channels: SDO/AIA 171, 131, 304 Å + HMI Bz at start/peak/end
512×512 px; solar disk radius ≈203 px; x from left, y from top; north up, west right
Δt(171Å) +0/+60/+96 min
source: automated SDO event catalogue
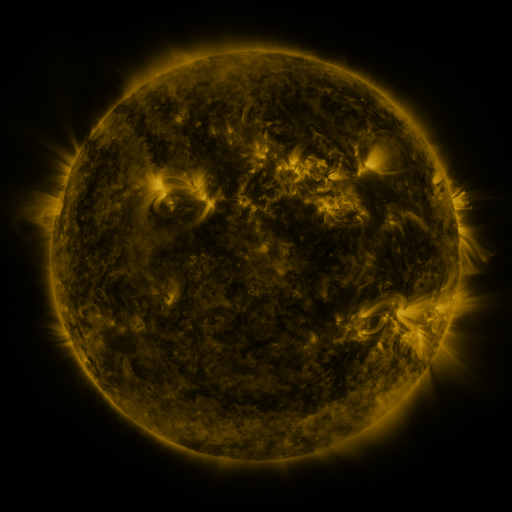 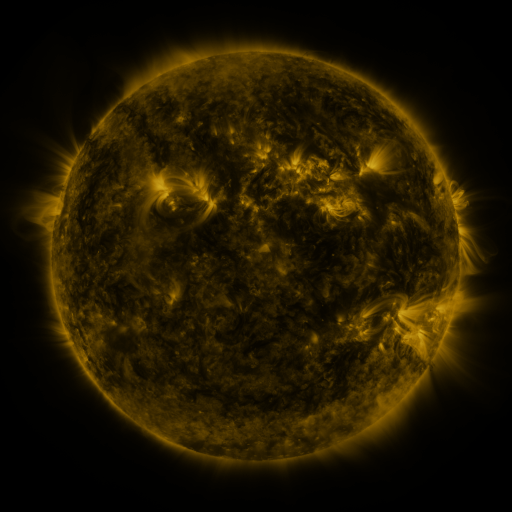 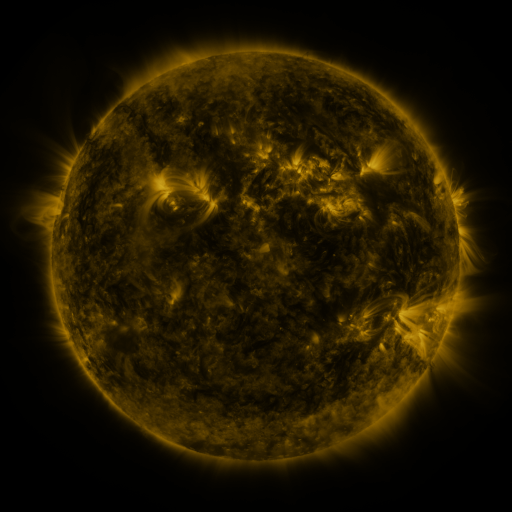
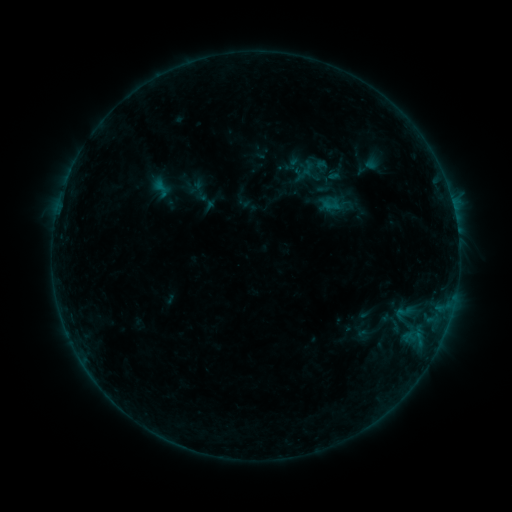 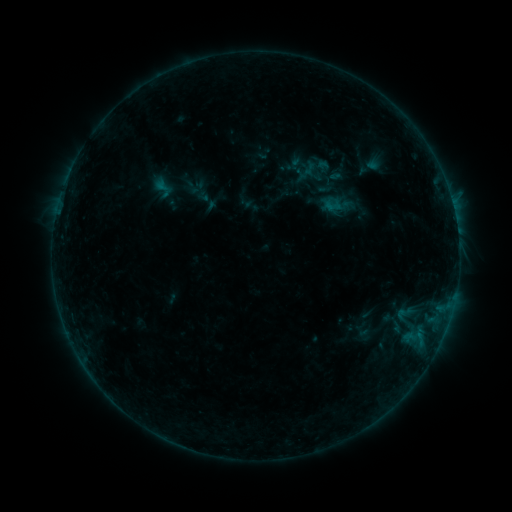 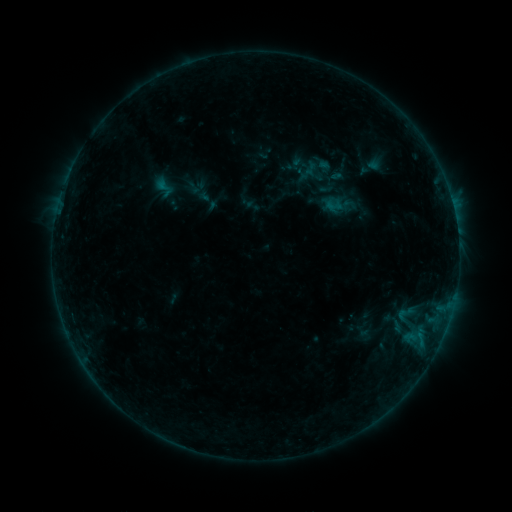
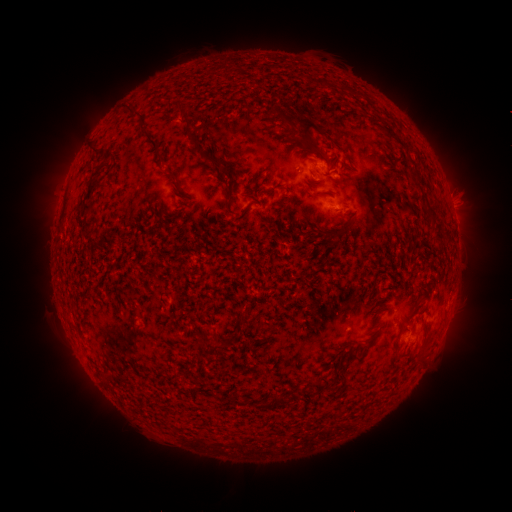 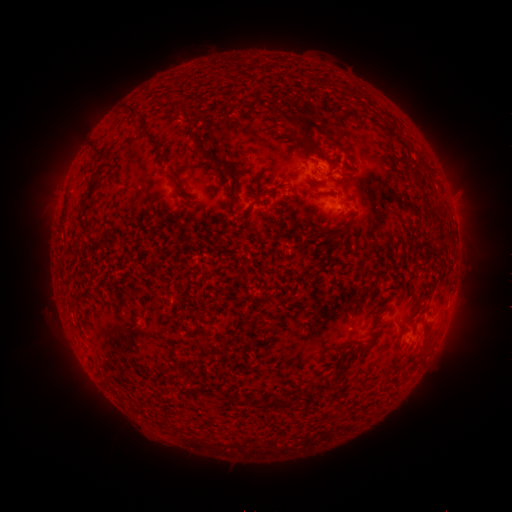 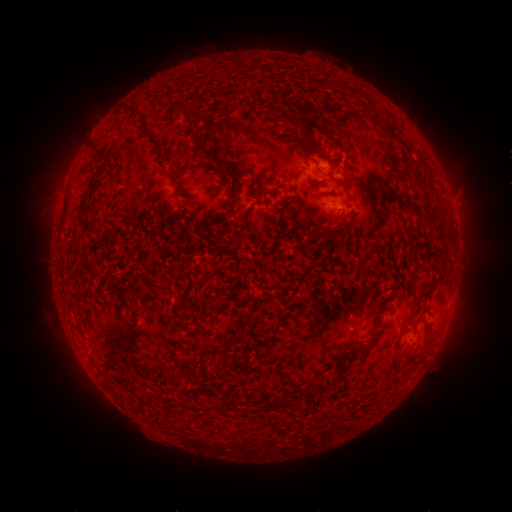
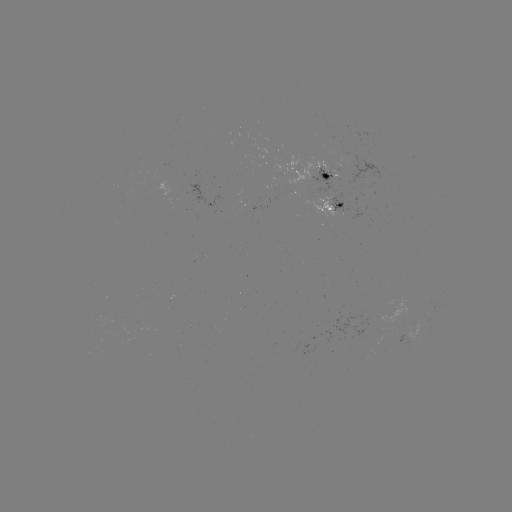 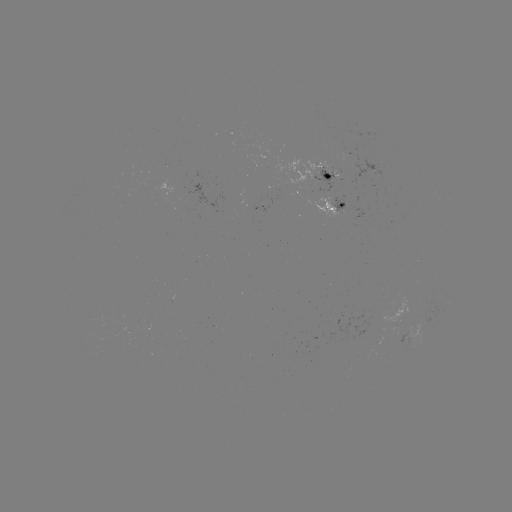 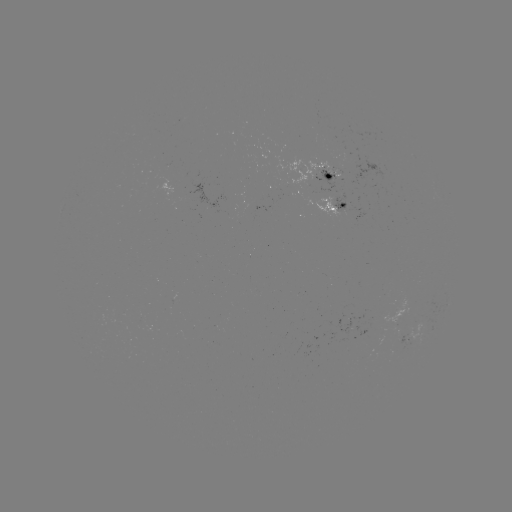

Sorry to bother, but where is emerging-flux region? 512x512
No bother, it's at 289,194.